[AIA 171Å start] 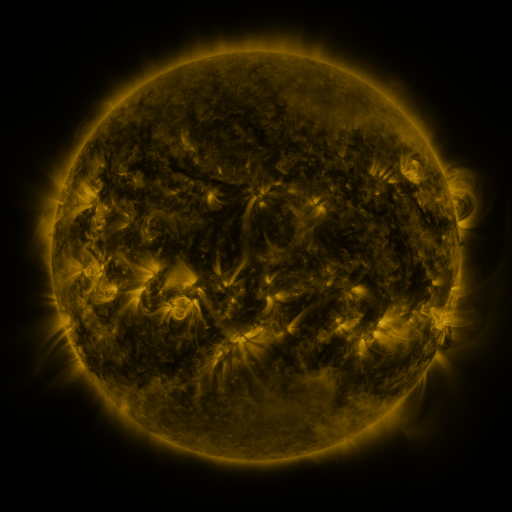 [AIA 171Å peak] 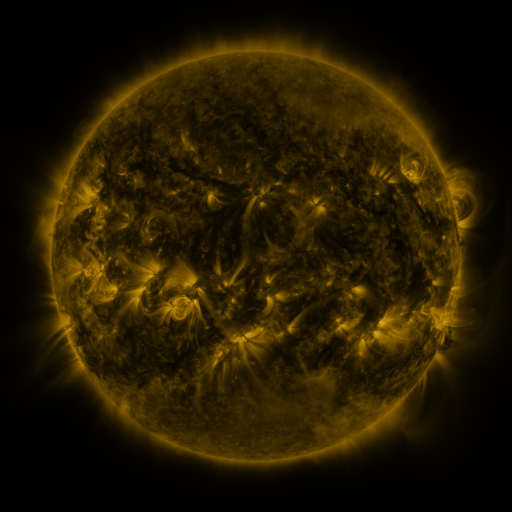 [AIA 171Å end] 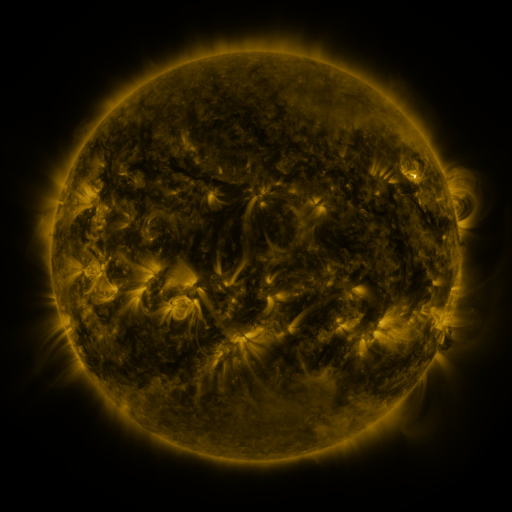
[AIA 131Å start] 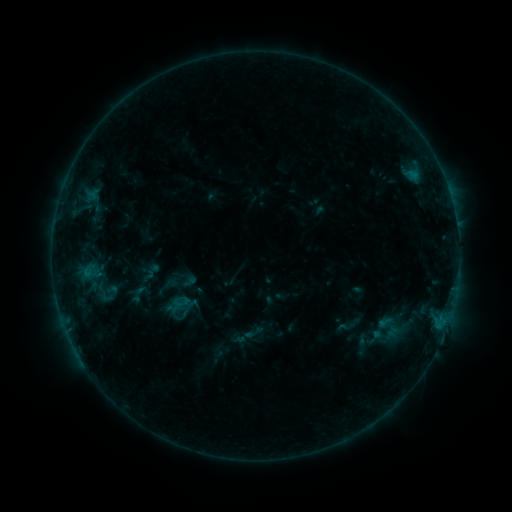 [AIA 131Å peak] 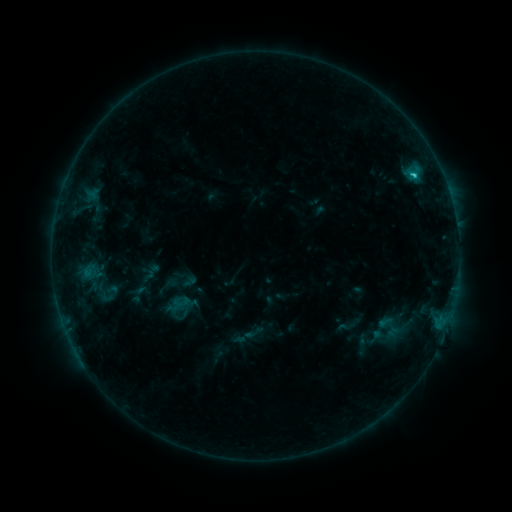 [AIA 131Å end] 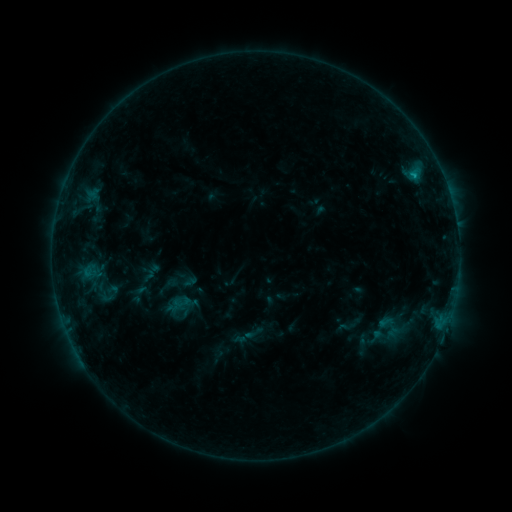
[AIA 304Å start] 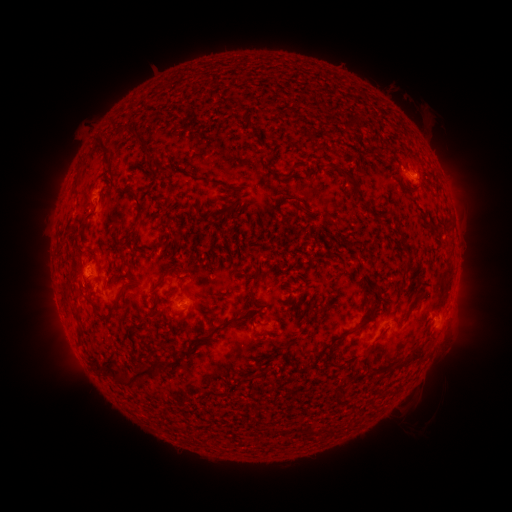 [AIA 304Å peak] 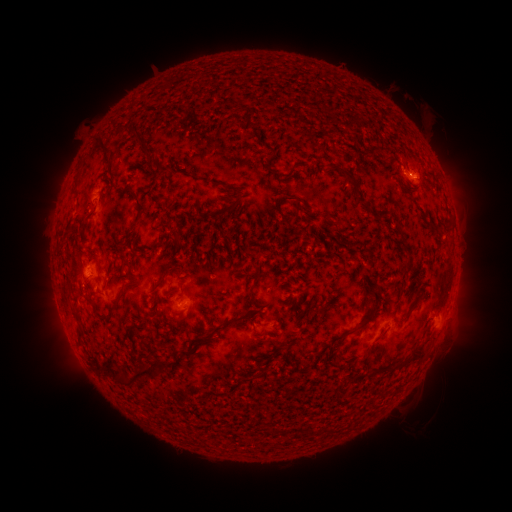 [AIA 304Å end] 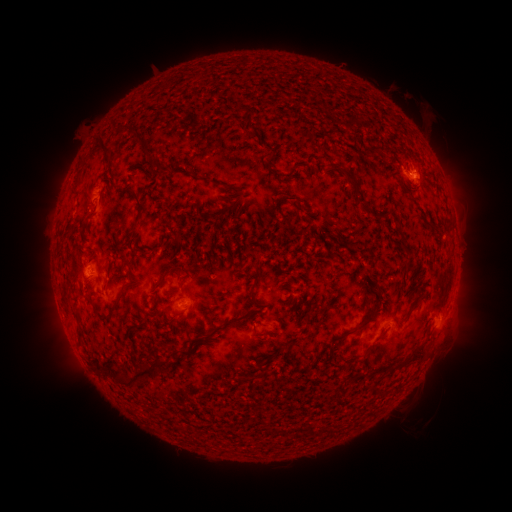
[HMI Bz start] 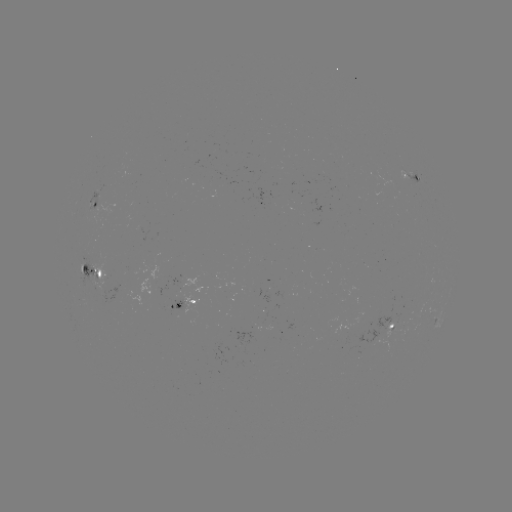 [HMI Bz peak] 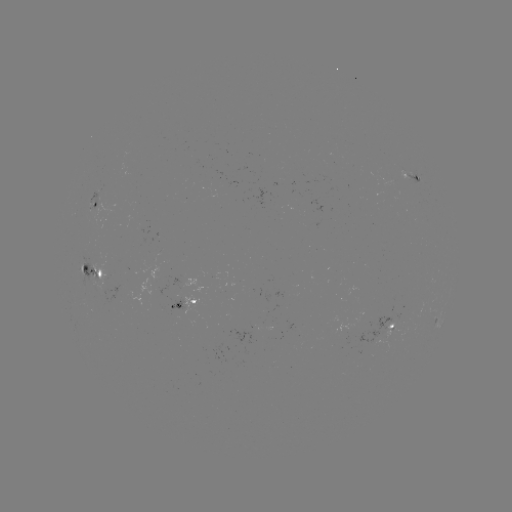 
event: flare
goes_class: B9.7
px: (414, 178)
